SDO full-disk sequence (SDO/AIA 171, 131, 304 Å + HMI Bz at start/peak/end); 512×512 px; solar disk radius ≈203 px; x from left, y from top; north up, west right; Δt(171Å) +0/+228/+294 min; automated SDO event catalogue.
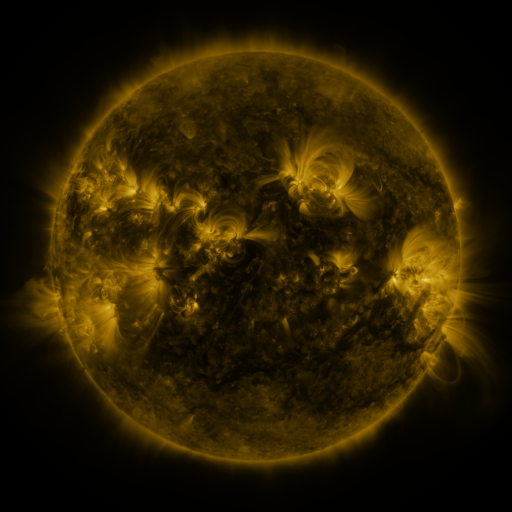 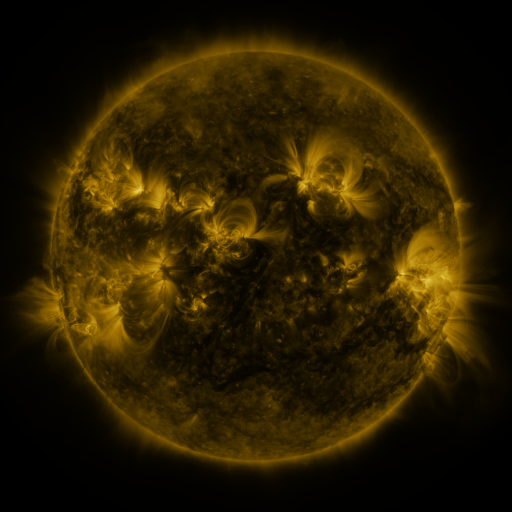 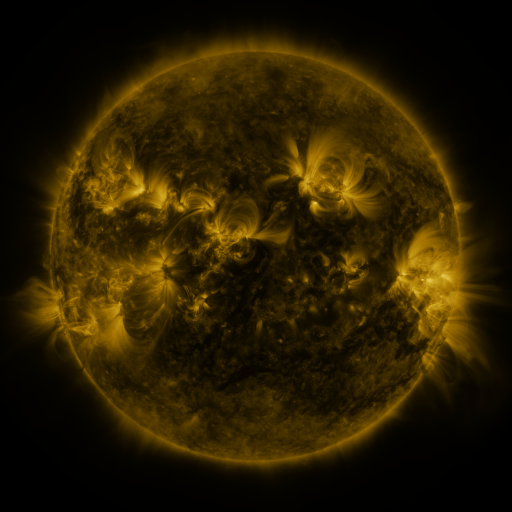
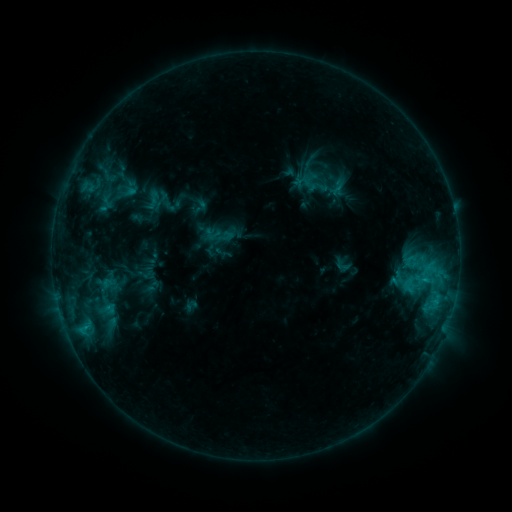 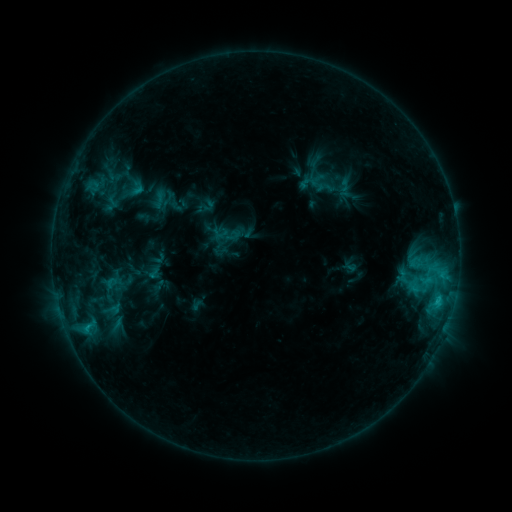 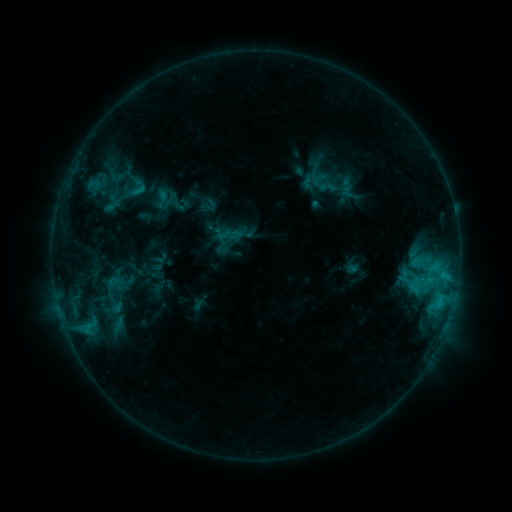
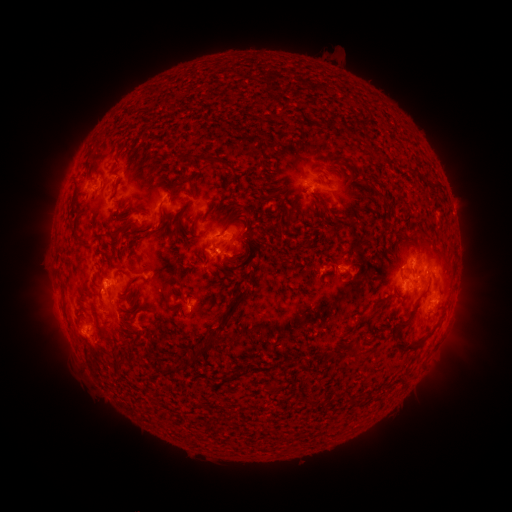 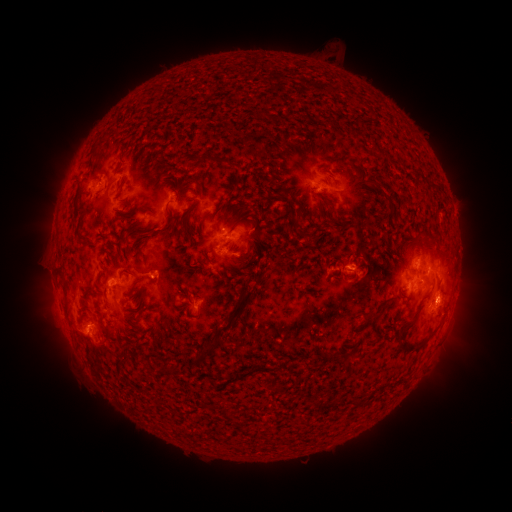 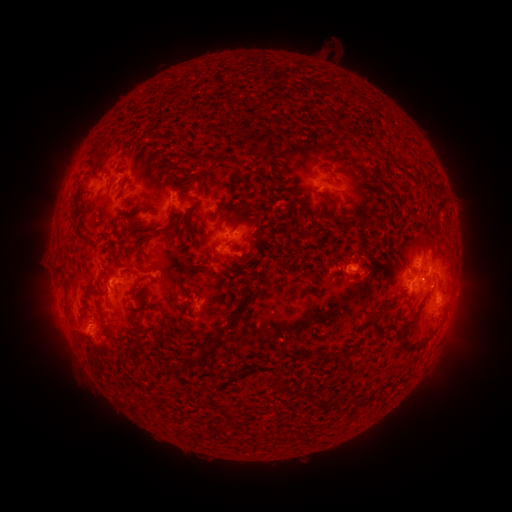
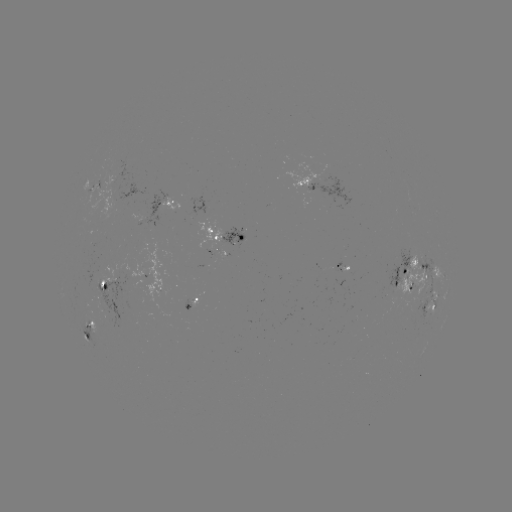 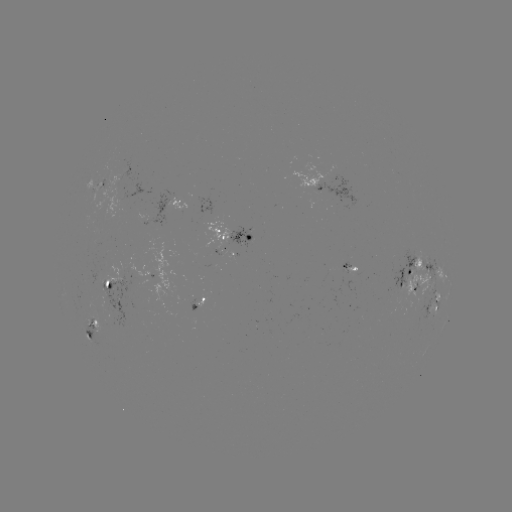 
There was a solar emerging-flux region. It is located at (221, 252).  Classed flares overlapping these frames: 2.